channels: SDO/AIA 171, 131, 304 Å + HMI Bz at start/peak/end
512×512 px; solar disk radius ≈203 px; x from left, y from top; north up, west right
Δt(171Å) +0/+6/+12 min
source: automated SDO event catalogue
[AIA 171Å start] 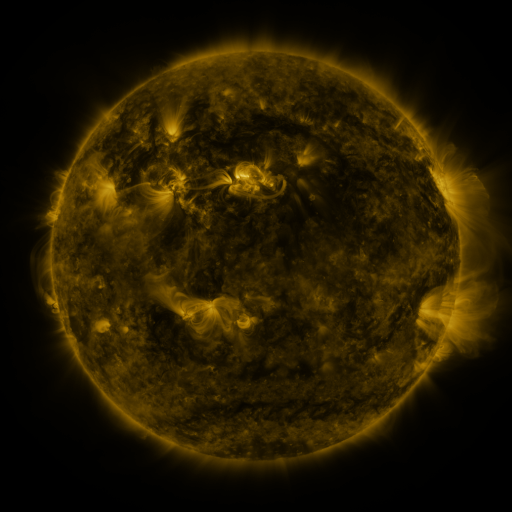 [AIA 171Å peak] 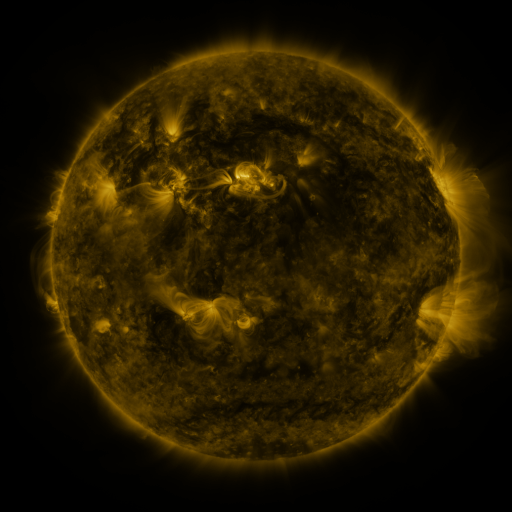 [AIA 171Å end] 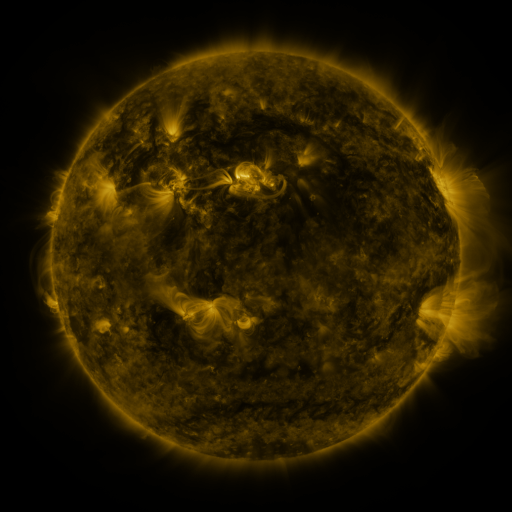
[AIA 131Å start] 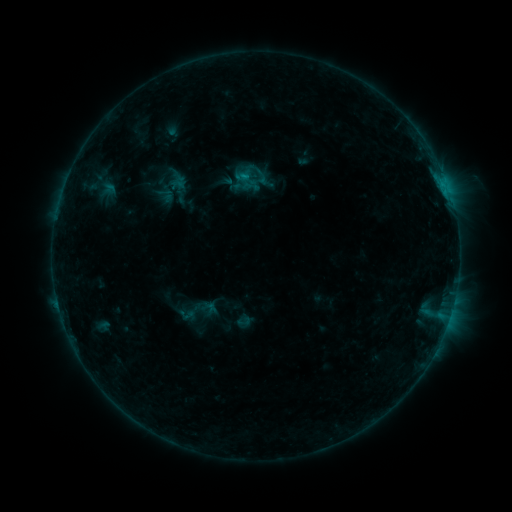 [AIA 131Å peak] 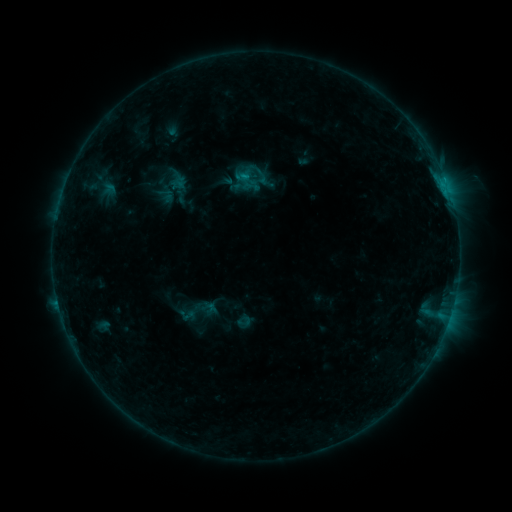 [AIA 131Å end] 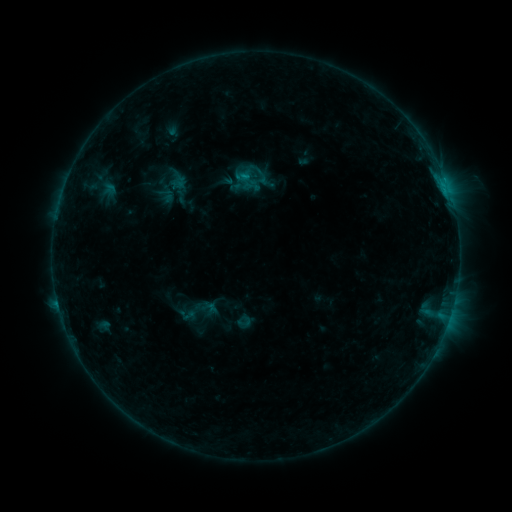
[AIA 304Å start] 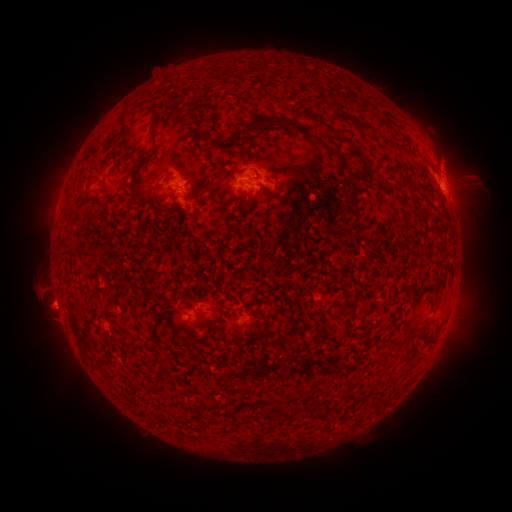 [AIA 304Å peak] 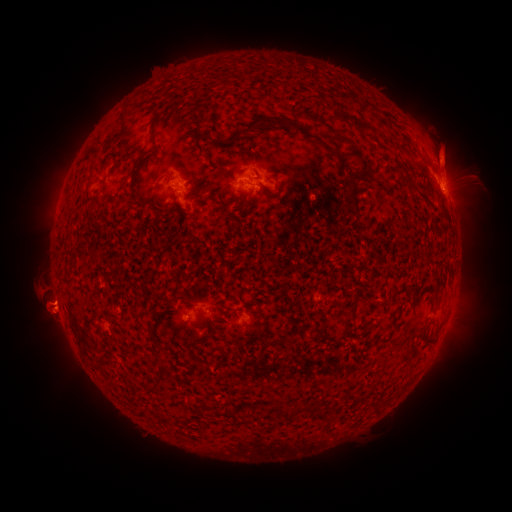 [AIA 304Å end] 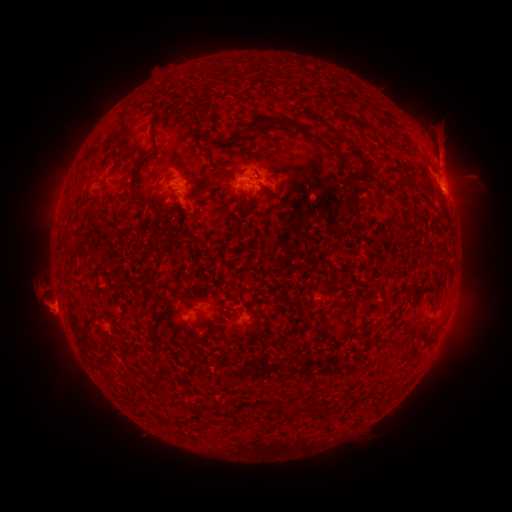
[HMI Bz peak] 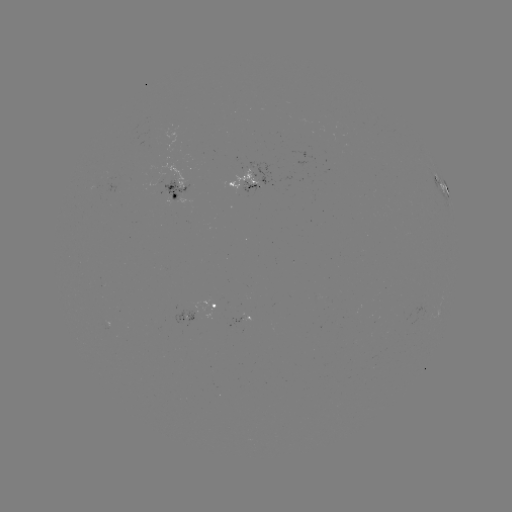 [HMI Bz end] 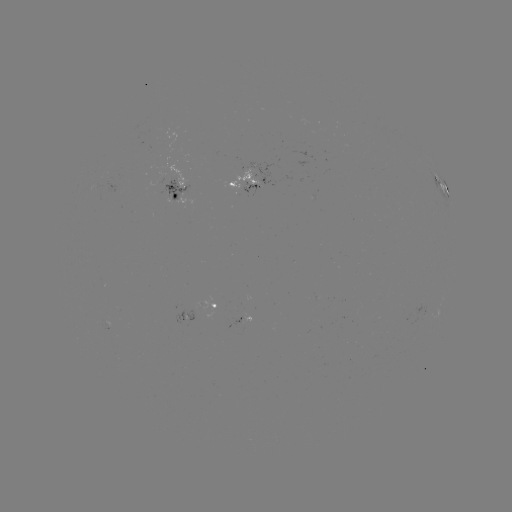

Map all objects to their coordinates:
eruption: (53, 316)
